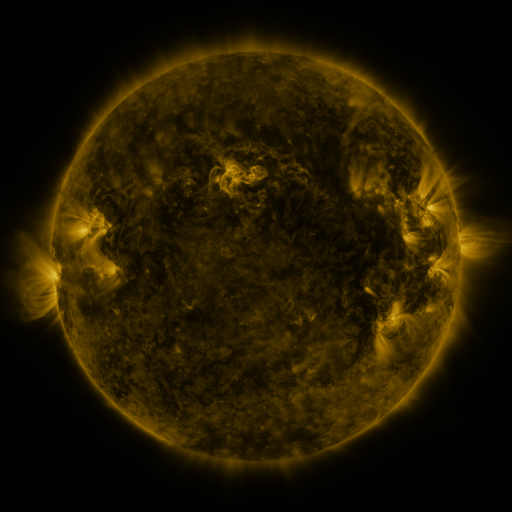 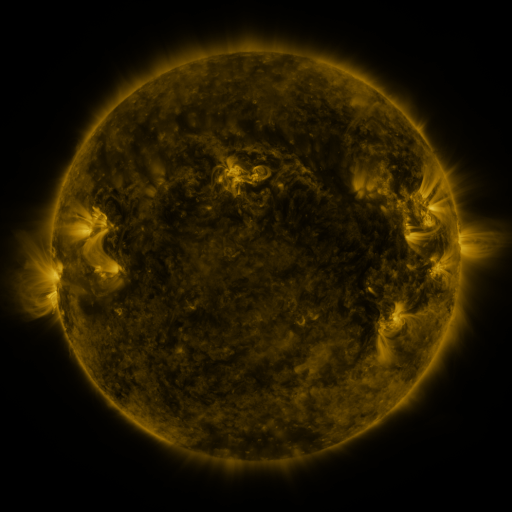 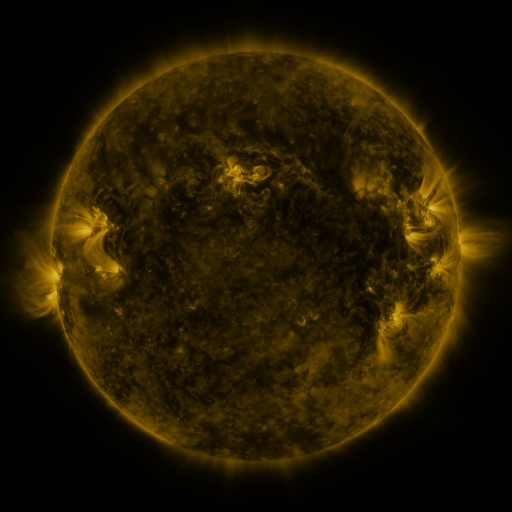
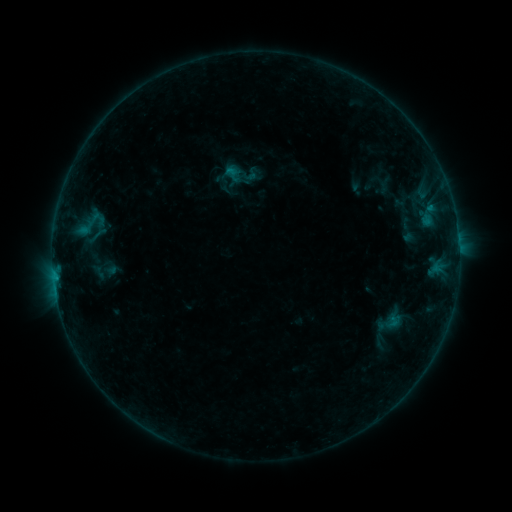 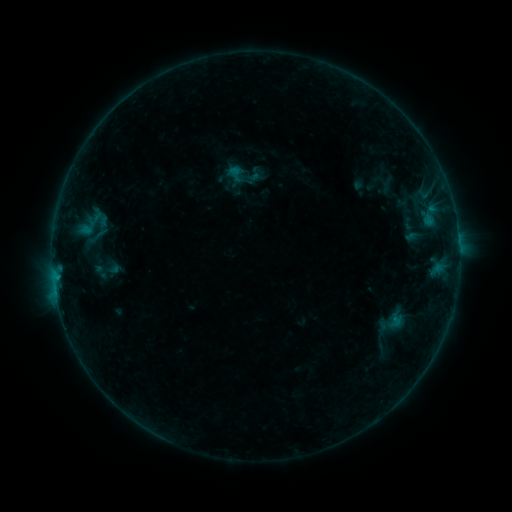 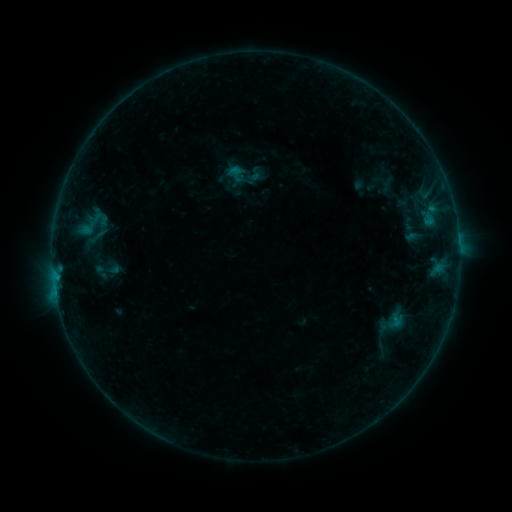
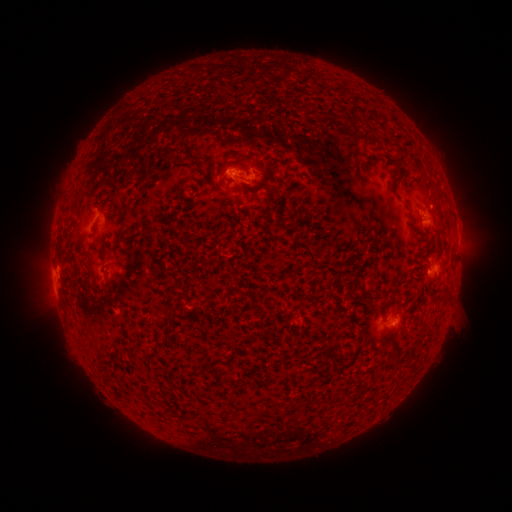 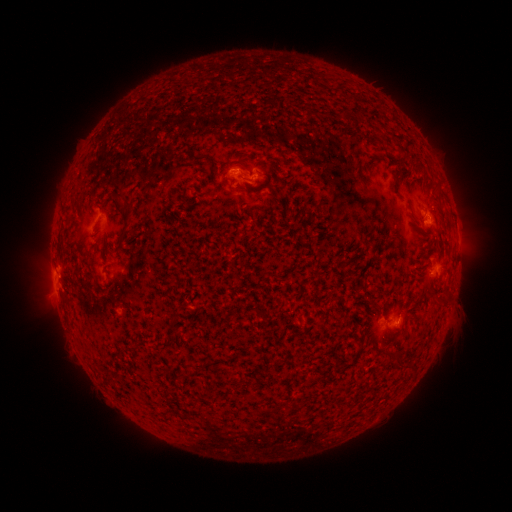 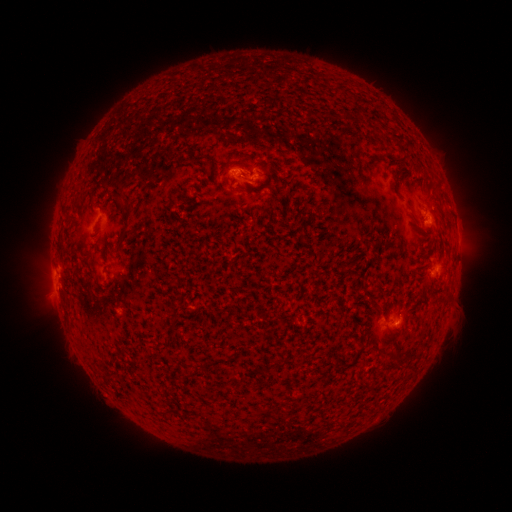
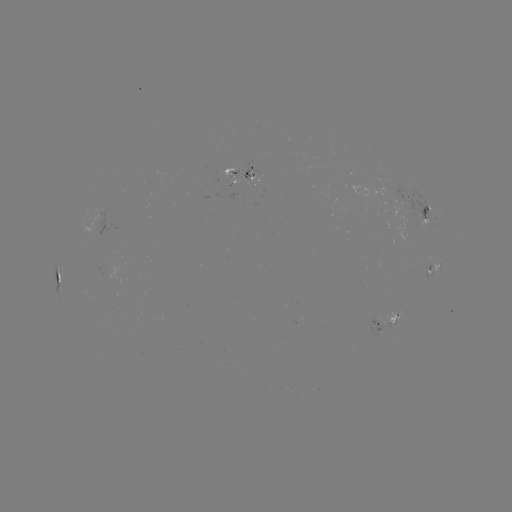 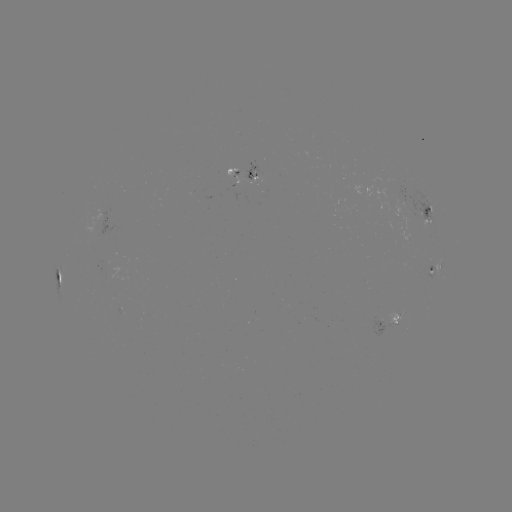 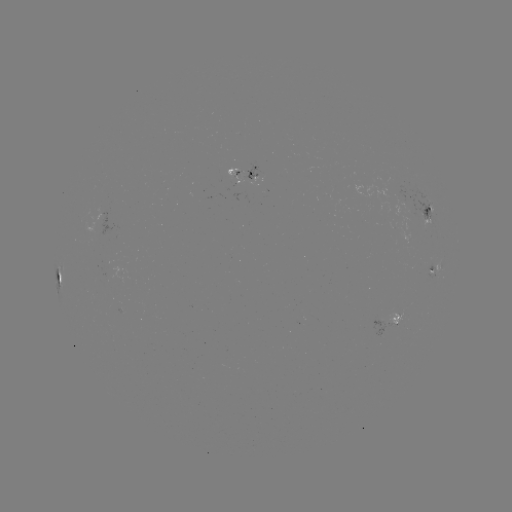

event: emerging-flux region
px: (245, 176)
